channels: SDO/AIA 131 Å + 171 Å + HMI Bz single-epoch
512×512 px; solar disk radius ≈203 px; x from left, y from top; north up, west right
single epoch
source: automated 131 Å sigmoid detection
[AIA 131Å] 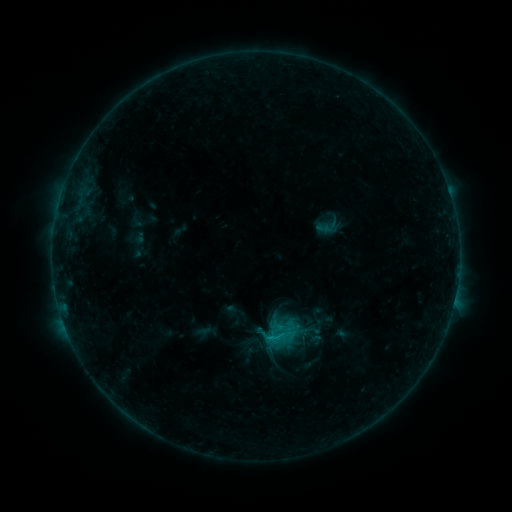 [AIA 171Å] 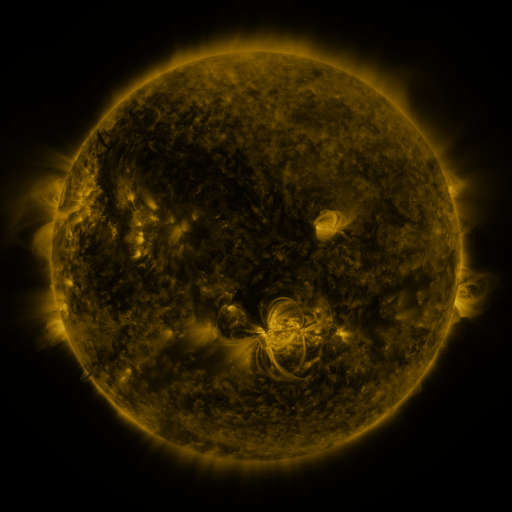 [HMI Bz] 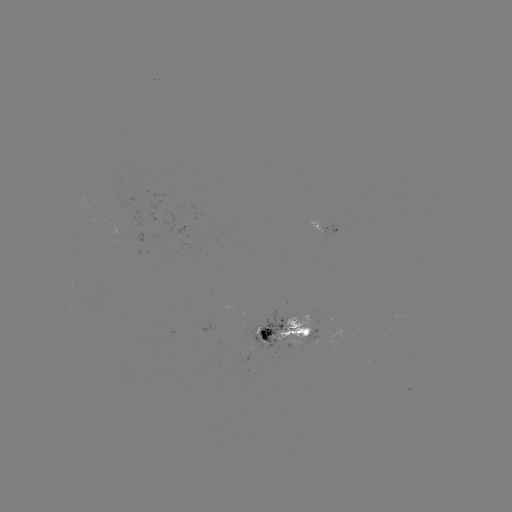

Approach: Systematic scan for sigmoid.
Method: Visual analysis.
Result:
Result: sigmoid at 280,335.